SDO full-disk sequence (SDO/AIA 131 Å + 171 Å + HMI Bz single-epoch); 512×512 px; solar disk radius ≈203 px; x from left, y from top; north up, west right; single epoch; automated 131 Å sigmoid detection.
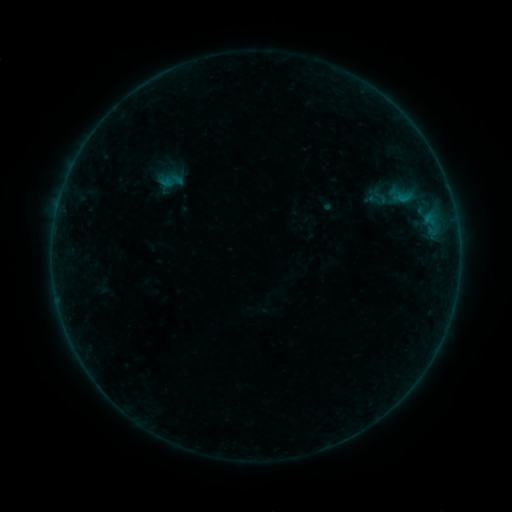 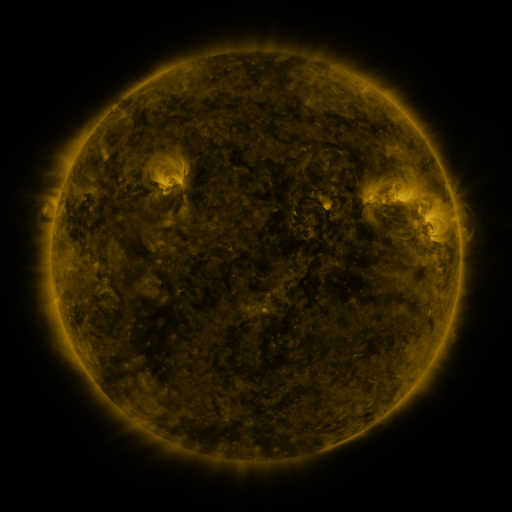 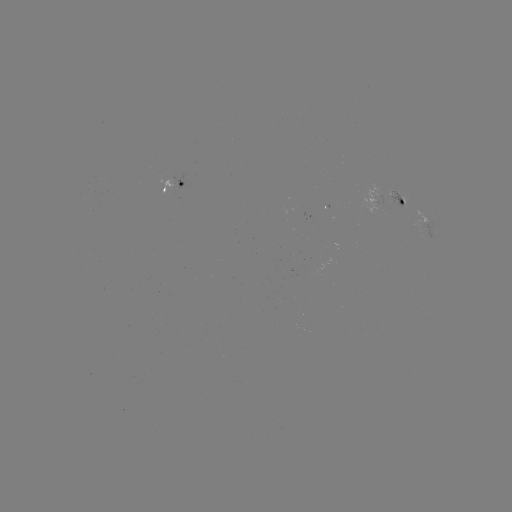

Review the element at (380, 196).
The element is sigmoid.